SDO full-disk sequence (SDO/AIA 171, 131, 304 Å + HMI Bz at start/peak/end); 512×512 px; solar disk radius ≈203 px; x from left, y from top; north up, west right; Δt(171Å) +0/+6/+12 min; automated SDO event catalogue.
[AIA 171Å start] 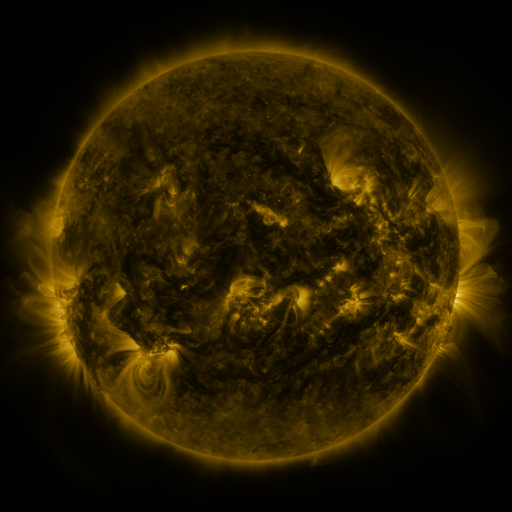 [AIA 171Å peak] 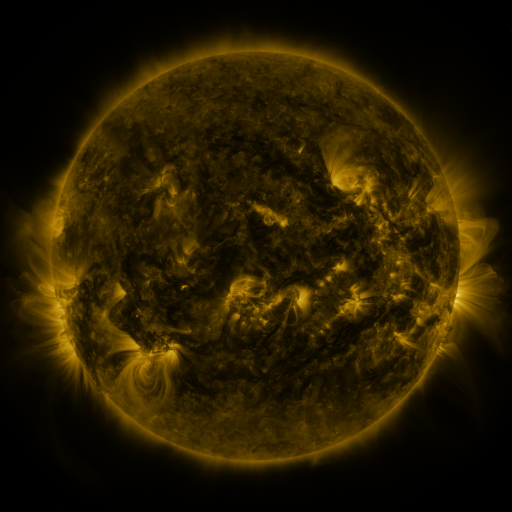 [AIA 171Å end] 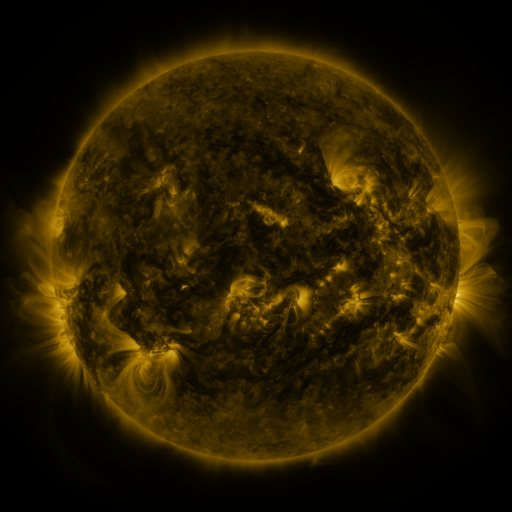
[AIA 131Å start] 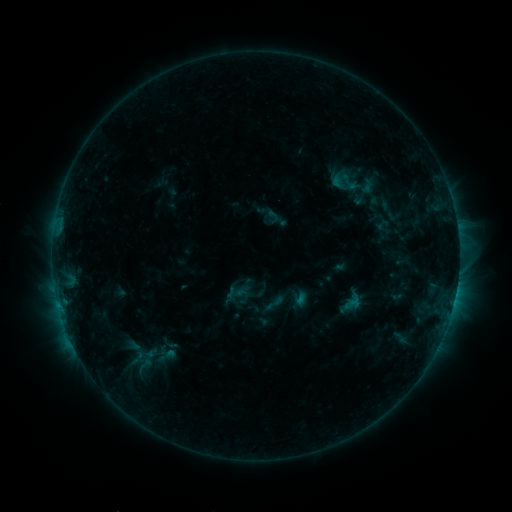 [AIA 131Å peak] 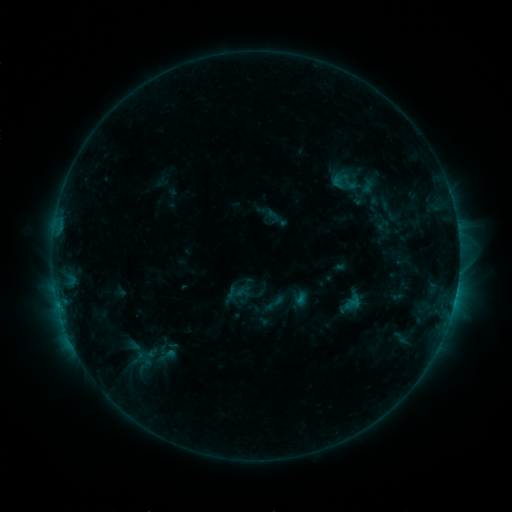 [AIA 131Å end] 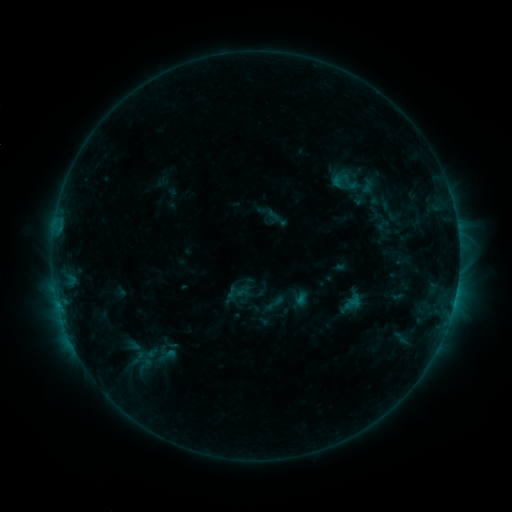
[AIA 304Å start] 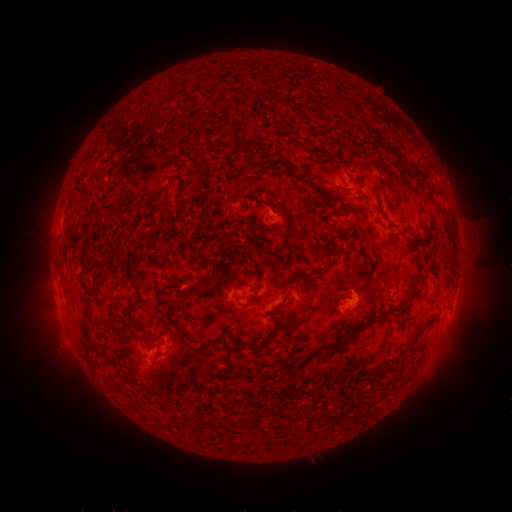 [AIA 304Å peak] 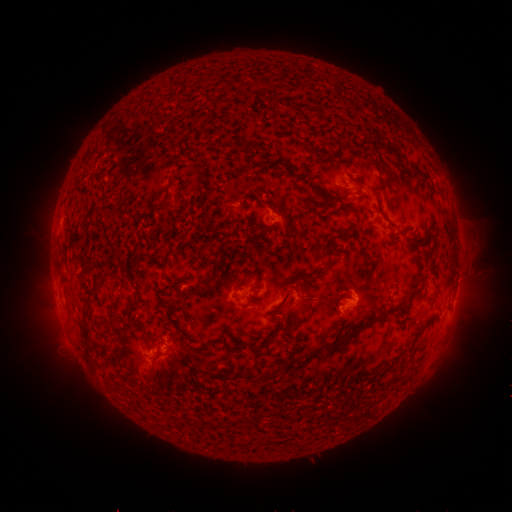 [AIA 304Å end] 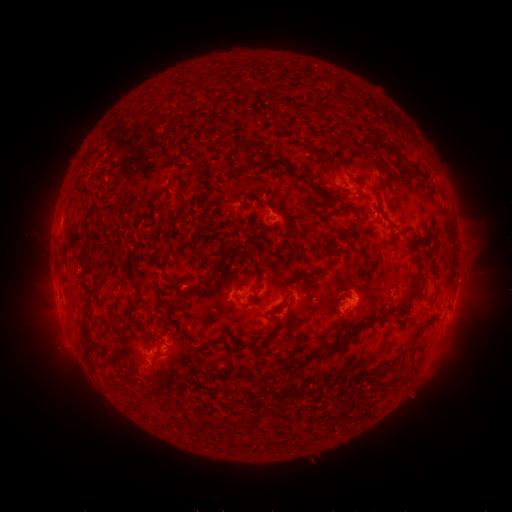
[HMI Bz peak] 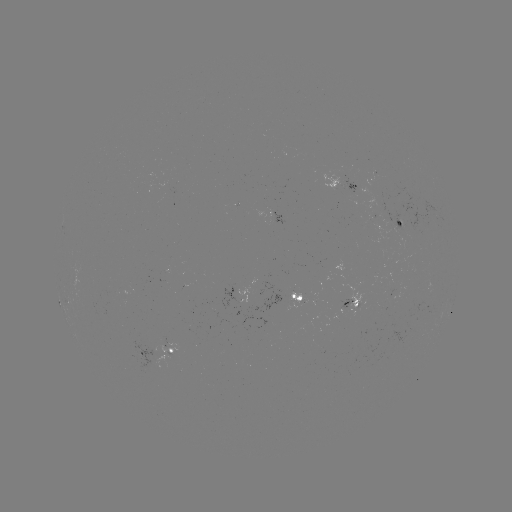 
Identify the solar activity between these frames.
no flare in any classed list; no EUV-trigger detection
